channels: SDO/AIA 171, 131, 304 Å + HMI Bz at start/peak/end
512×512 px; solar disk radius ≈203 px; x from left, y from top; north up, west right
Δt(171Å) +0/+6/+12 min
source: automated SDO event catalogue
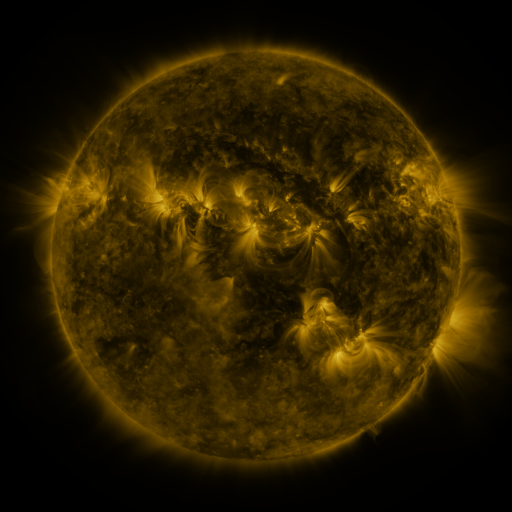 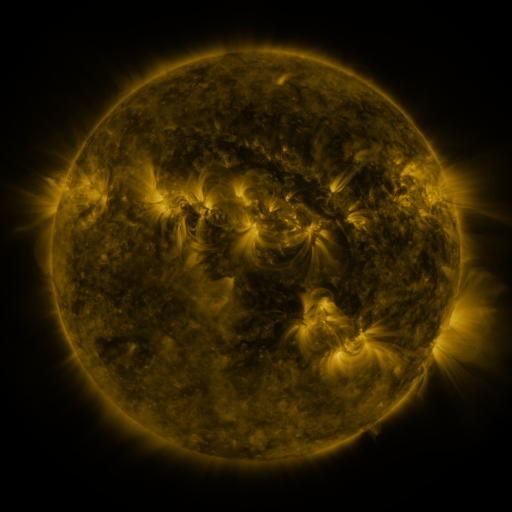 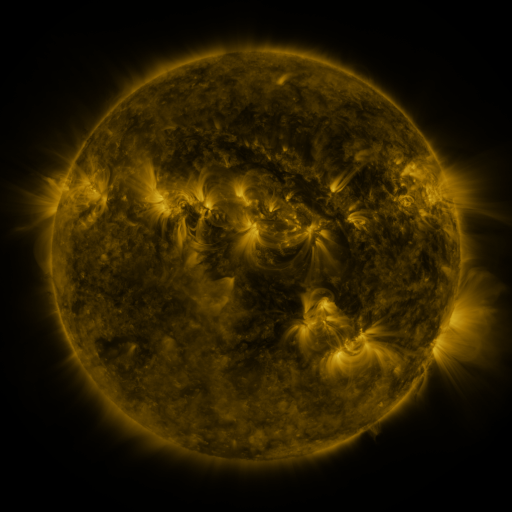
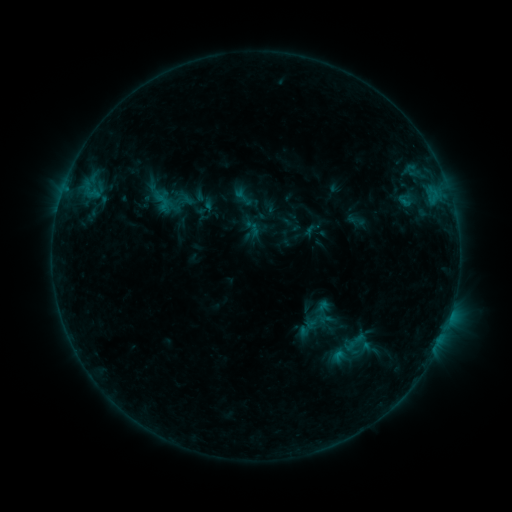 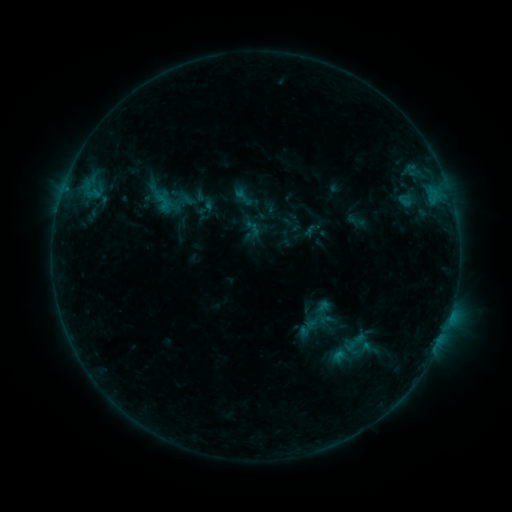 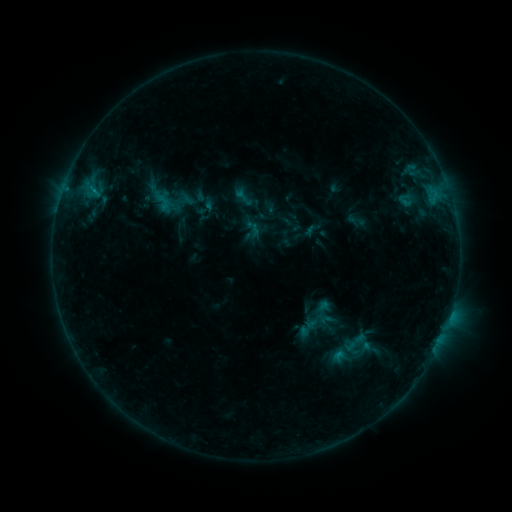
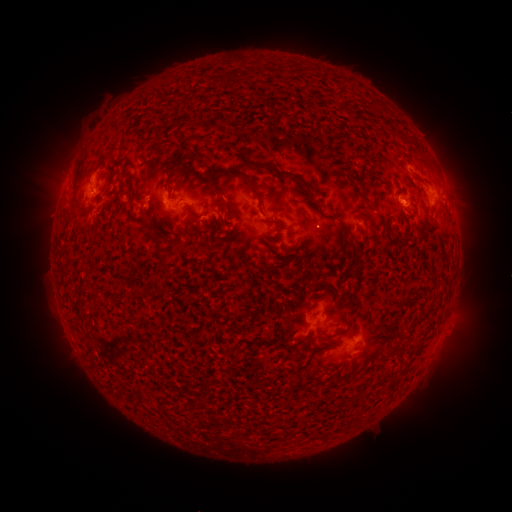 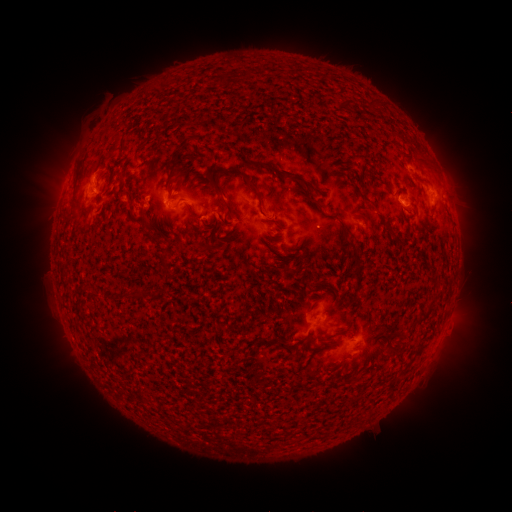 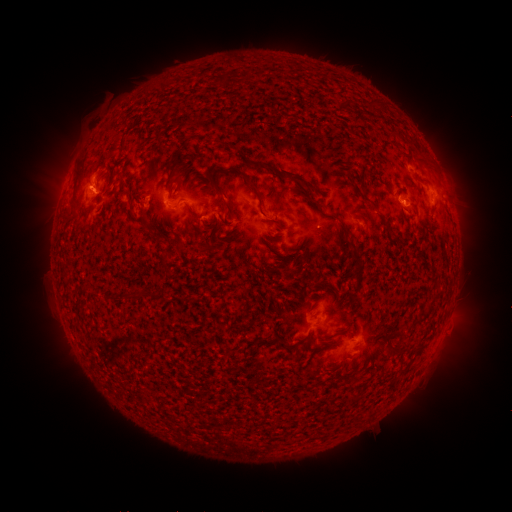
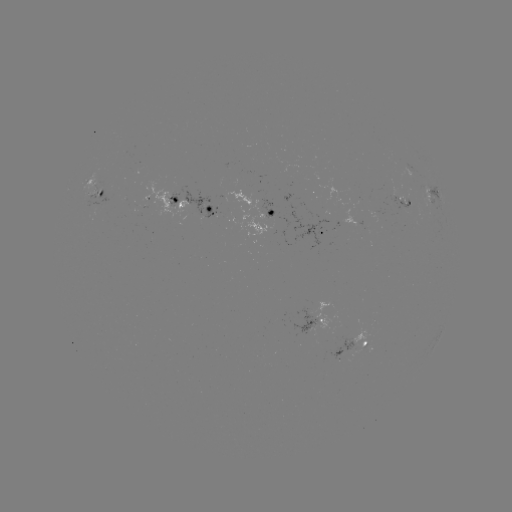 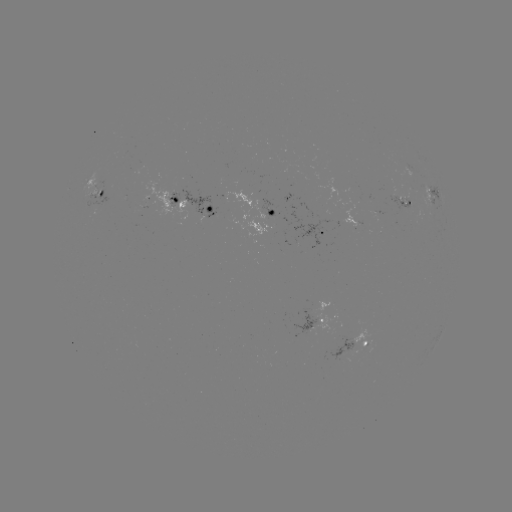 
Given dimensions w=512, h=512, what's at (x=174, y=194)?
B5.3 flare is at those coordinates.